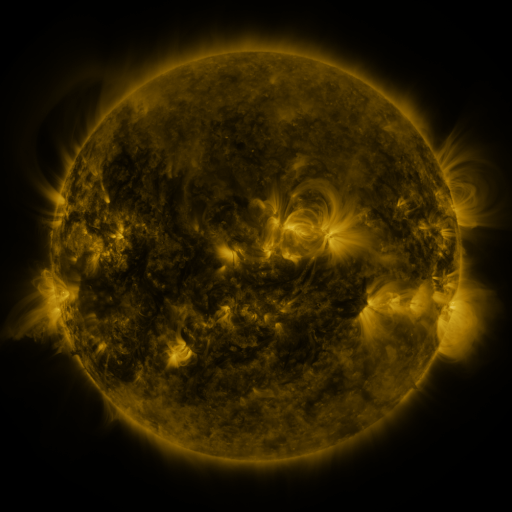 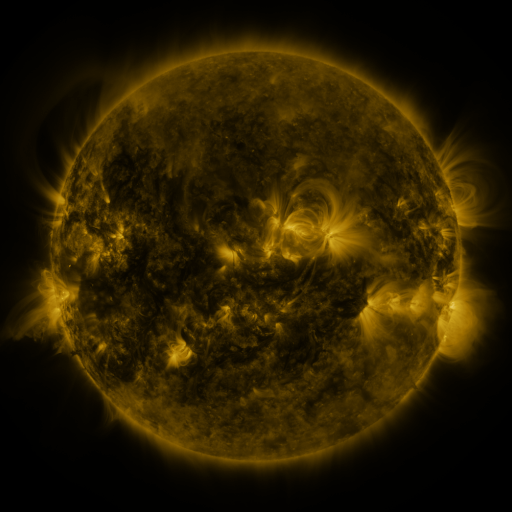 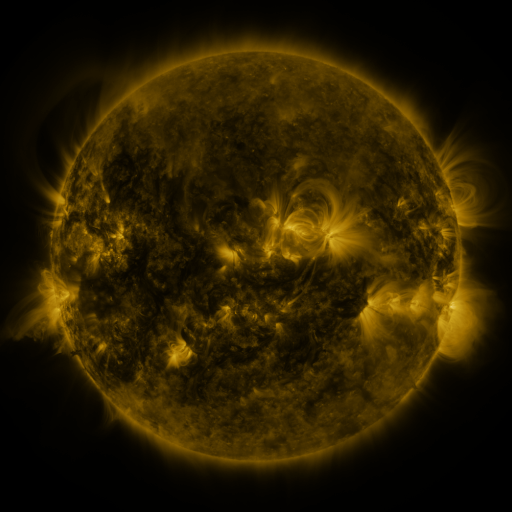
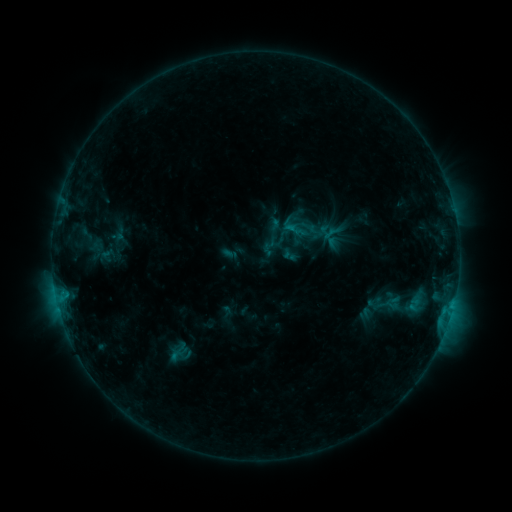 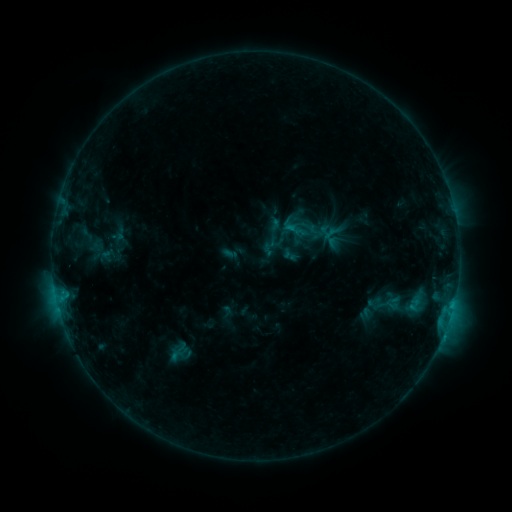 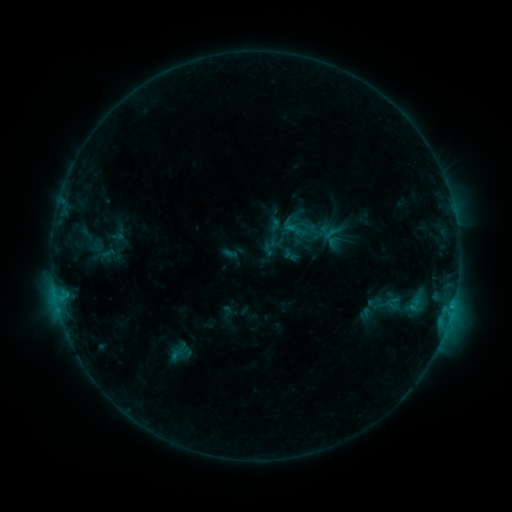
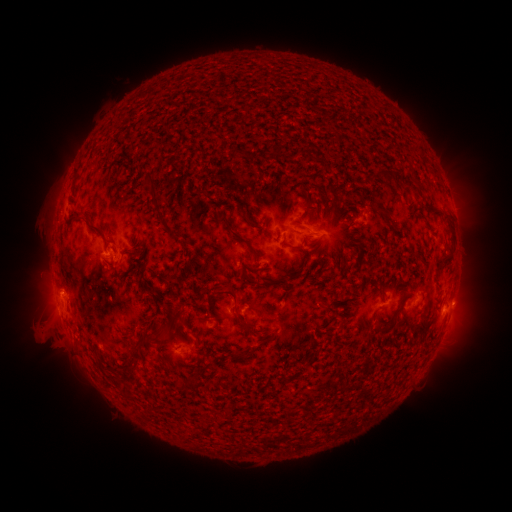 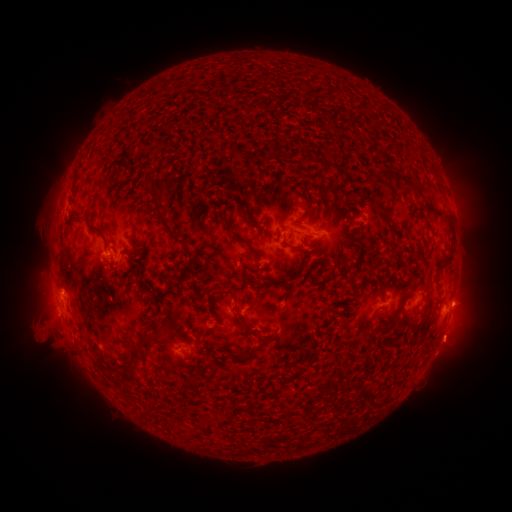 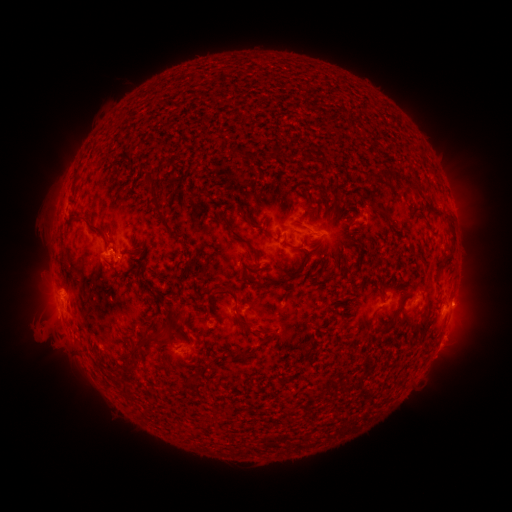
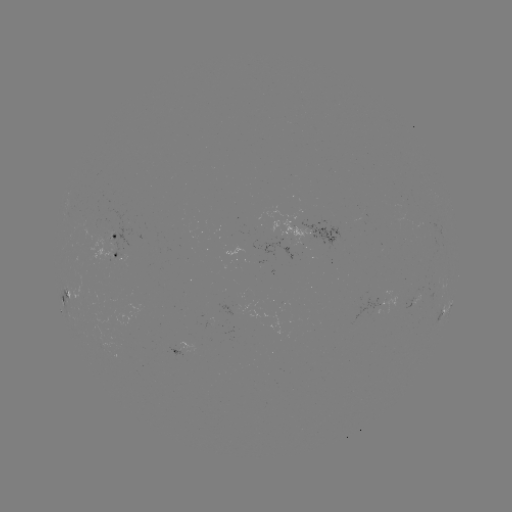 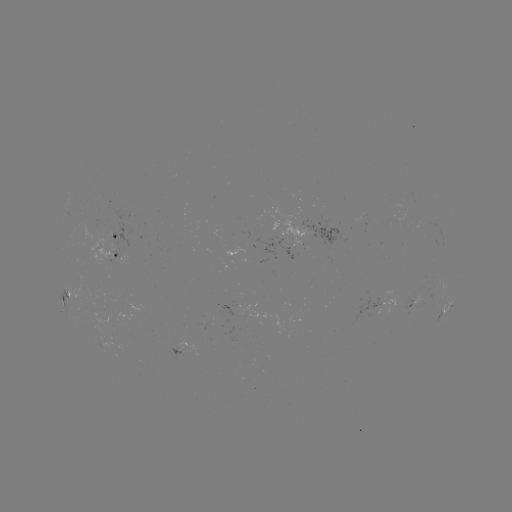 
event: eruption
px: (443, 354)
